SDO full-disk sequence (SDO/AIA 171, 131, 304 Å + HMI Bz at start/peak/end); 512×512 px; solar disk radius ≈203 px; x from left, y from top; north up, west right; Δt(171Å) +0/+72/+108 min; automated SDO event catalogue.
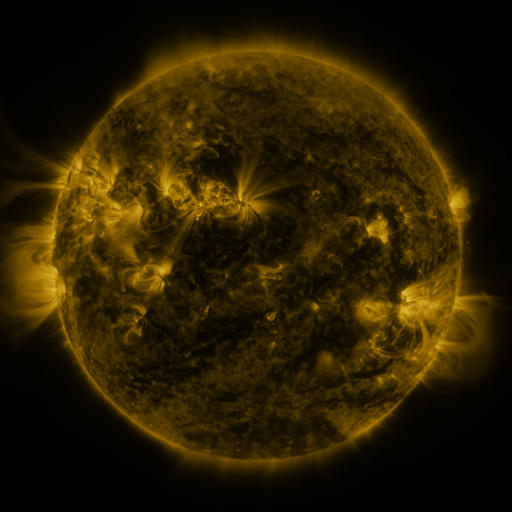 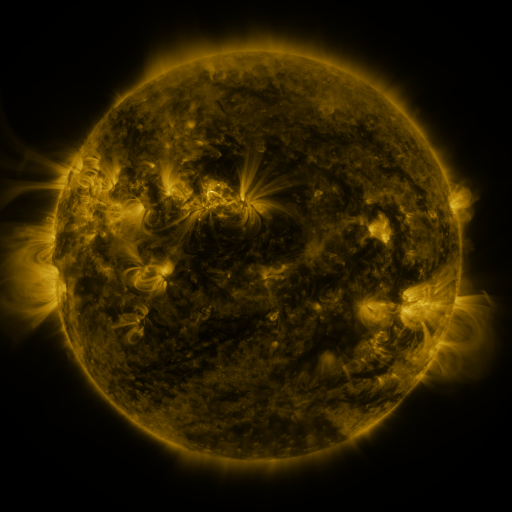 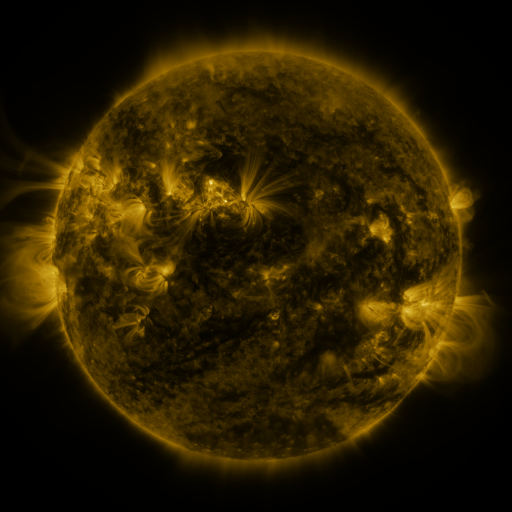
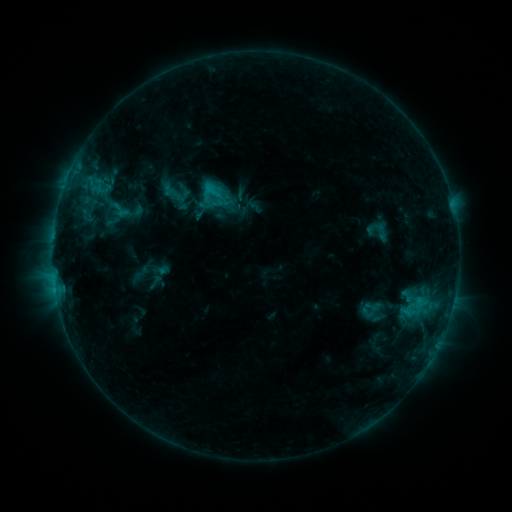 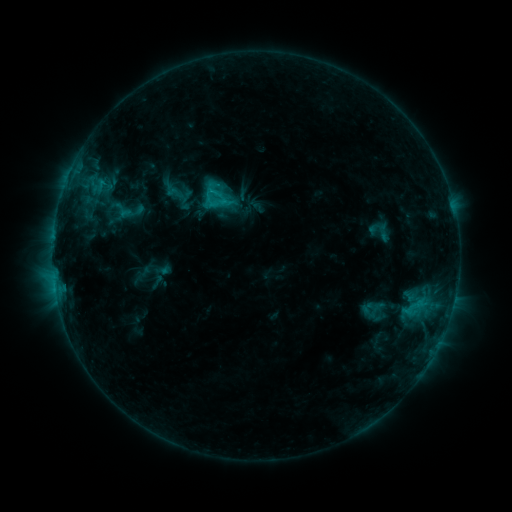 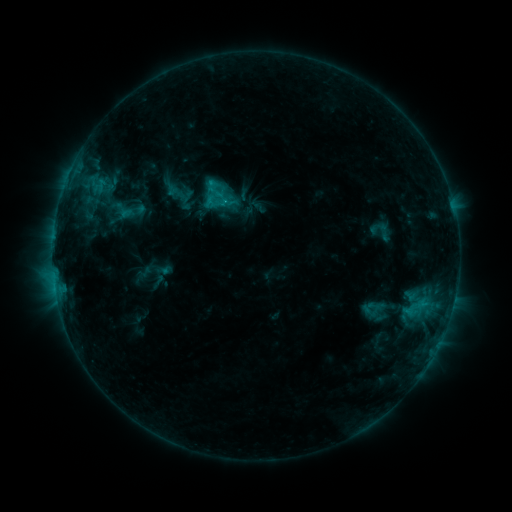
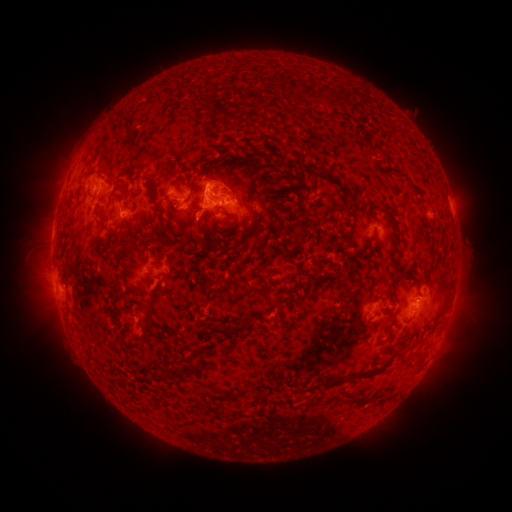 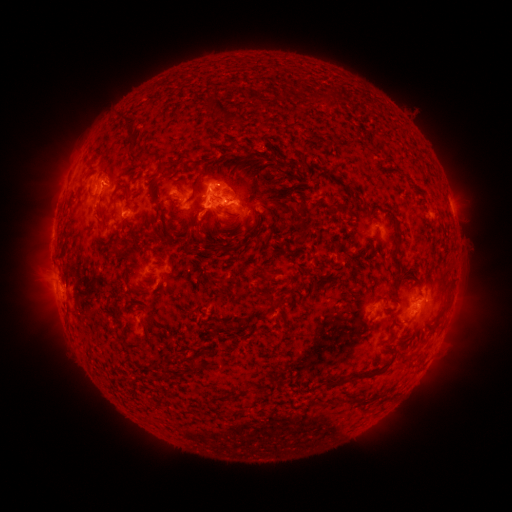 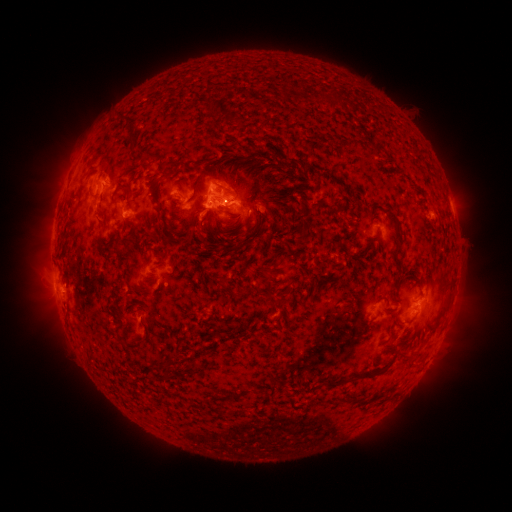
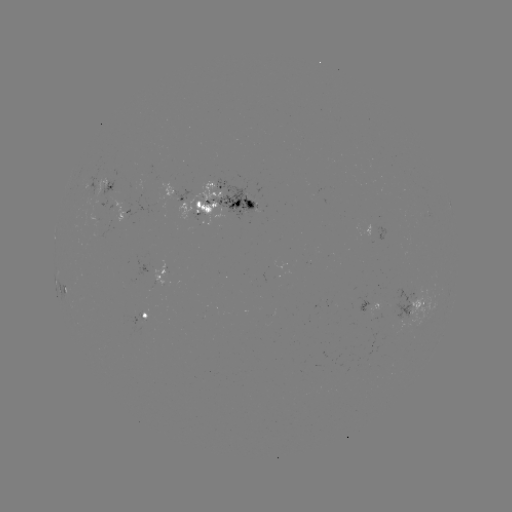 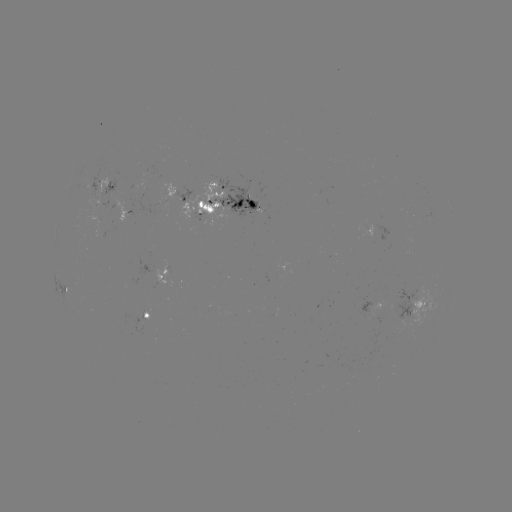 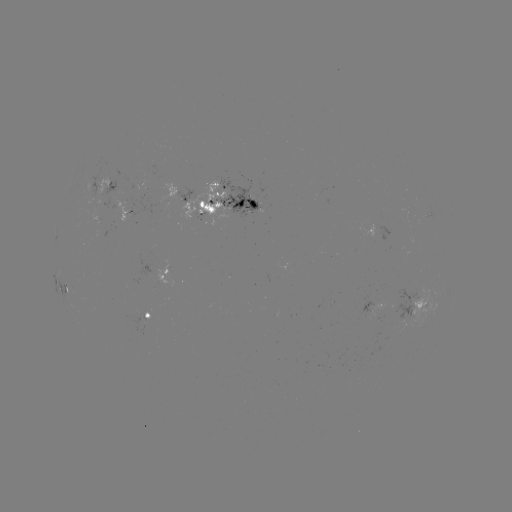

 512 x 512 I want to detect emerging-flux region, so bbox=[95, 177, 107, 197].